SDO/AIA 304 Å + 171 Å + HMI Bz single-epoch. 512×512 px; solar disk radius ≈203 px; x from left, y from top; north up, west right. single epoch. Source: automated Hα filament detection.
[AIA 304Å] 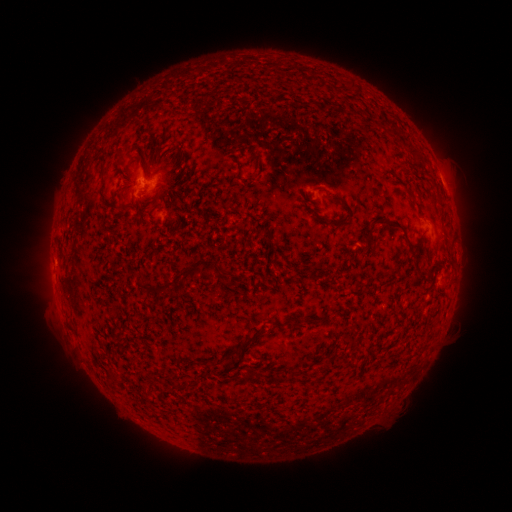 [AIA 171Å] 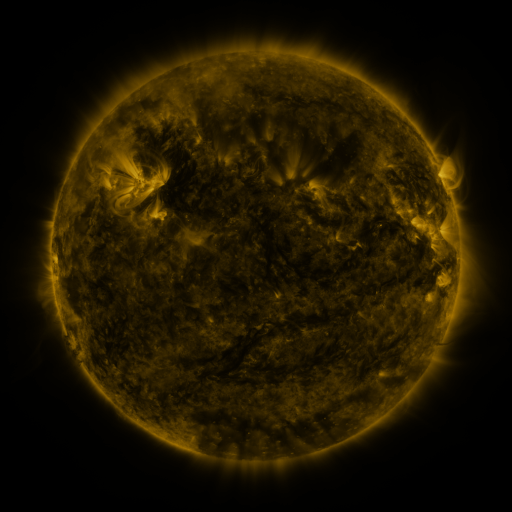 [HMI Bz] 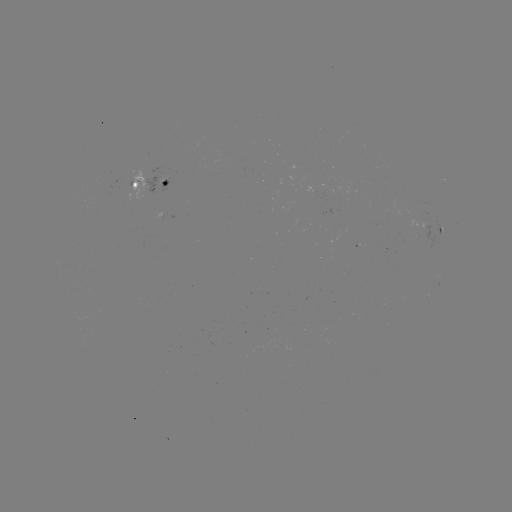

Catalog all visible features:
filament: (330, 194, 354, 220)
filament: (121, 199, 136, 210)
filament: (374, 219, 413, 256)
filament: (325, 221, 336, 227)
filament: (211, 261, 219, 276)
filament: (182, 265, 200, 280)
filament: (228, 329, 264, 357)
filament: (287, 369, 296, 380)
